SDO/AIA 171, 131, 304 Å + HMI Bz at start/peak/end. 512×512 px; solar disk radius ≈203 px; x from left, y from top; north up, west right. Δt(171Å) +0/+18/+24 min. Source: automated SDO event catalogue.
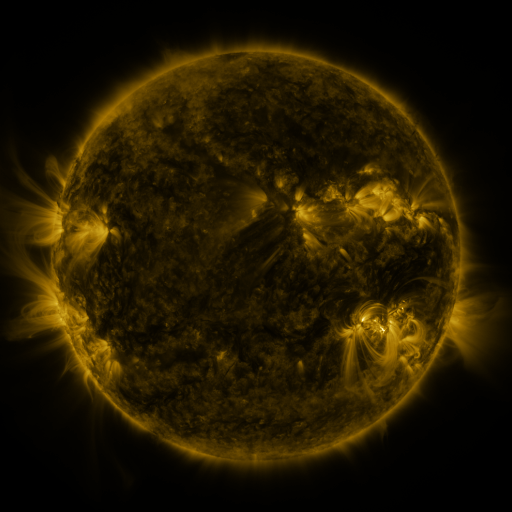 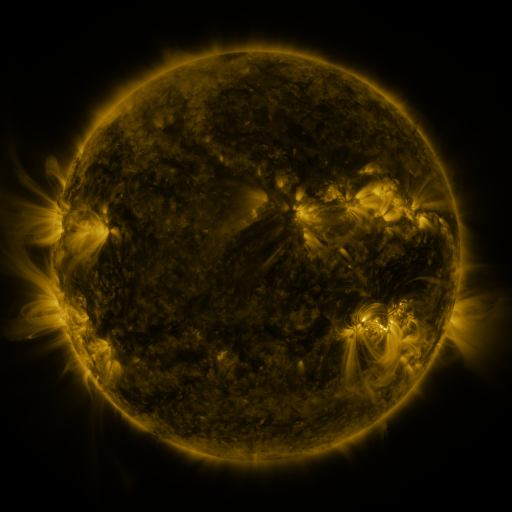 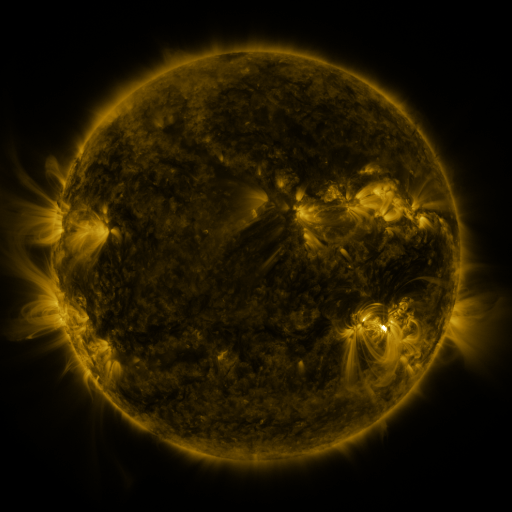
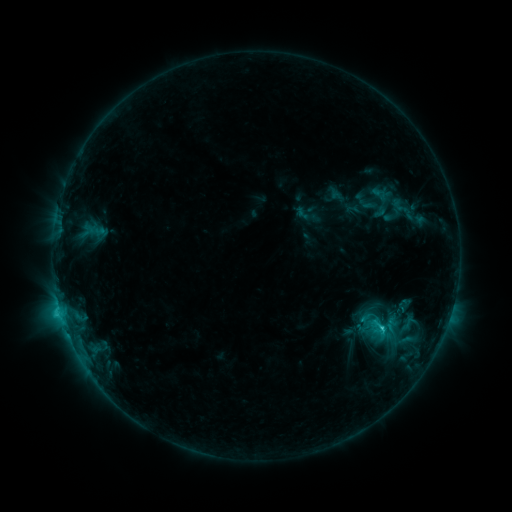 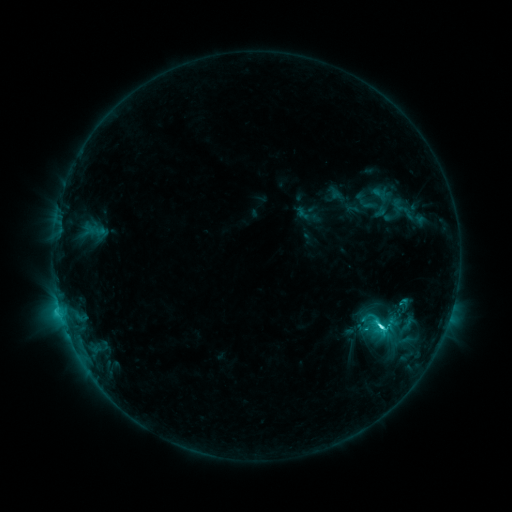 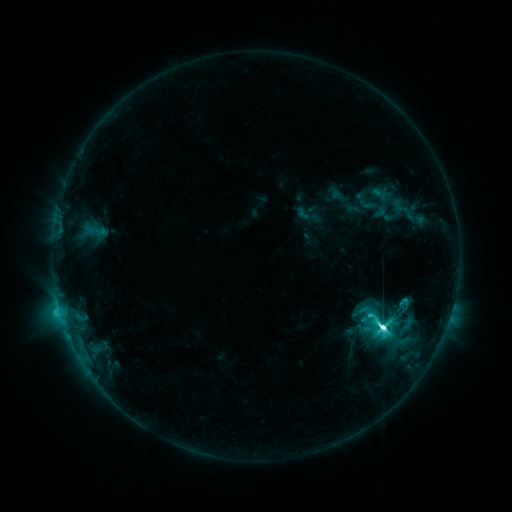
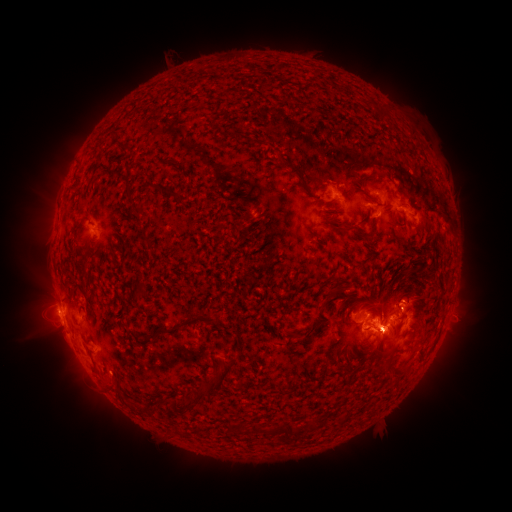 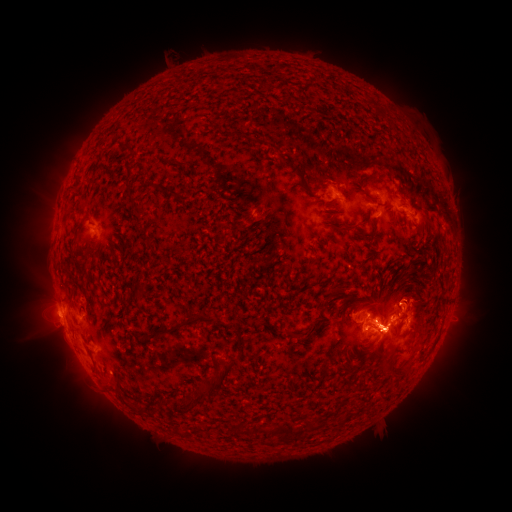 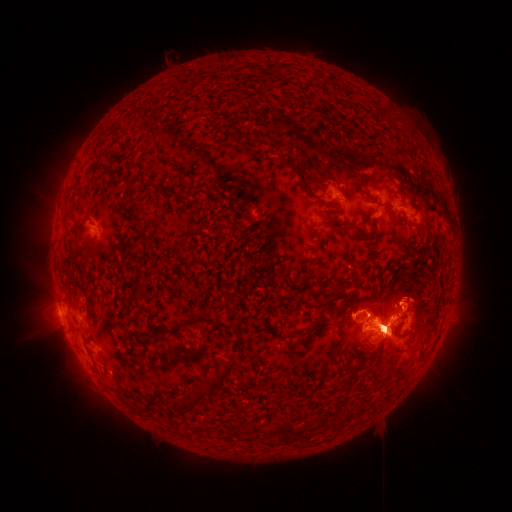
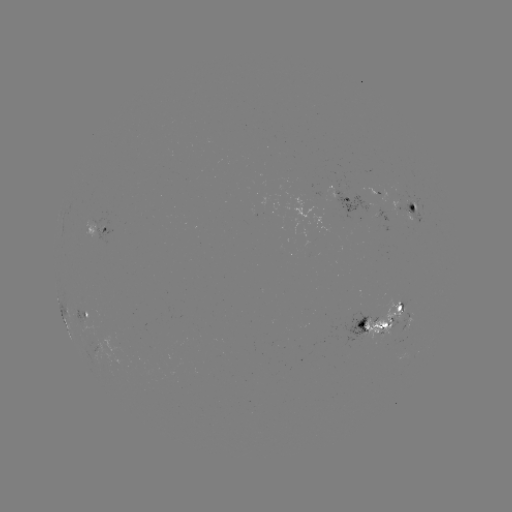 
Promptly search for eruption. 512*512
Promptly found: [382, 428].